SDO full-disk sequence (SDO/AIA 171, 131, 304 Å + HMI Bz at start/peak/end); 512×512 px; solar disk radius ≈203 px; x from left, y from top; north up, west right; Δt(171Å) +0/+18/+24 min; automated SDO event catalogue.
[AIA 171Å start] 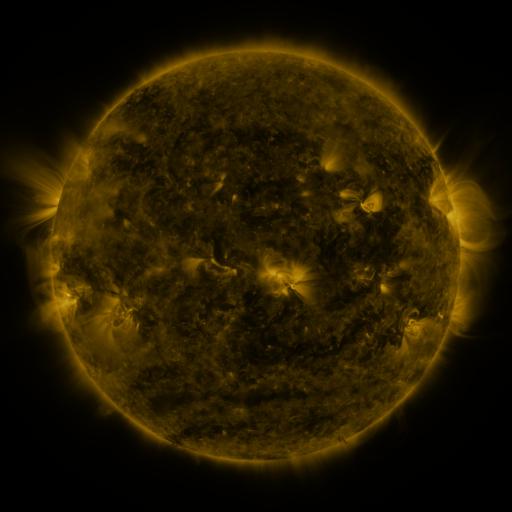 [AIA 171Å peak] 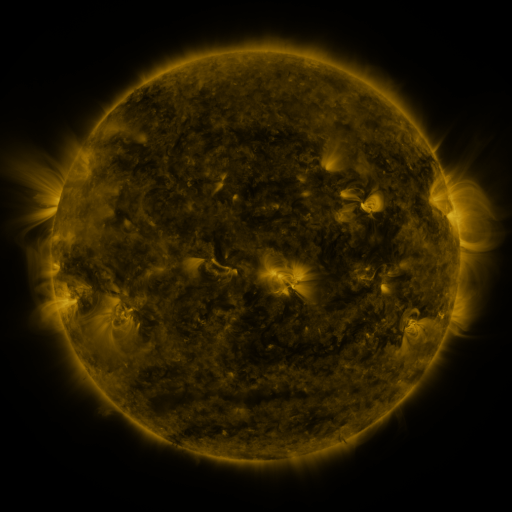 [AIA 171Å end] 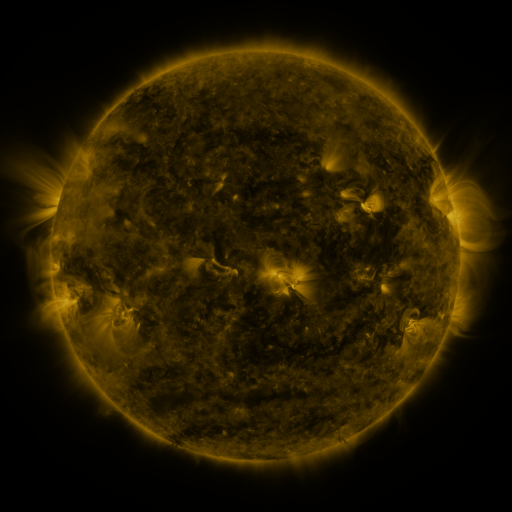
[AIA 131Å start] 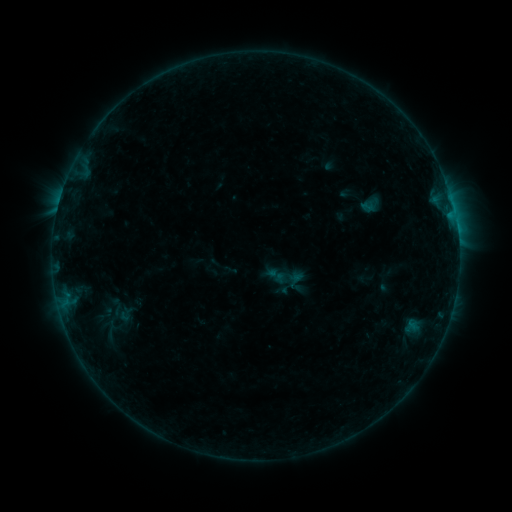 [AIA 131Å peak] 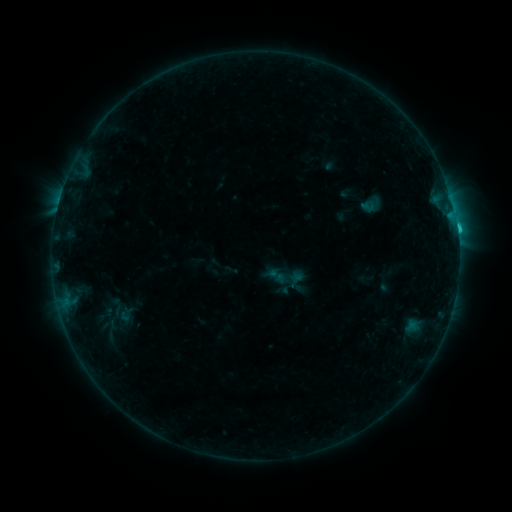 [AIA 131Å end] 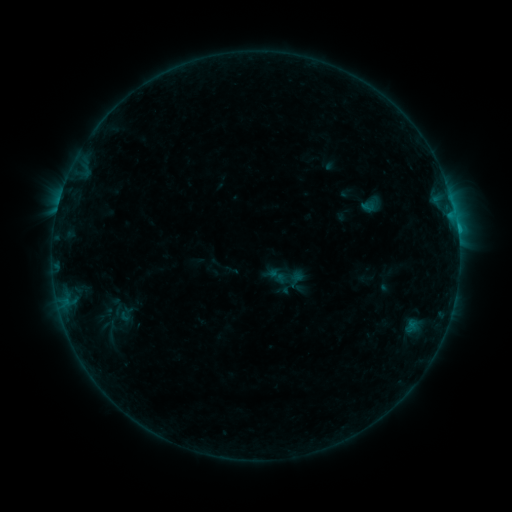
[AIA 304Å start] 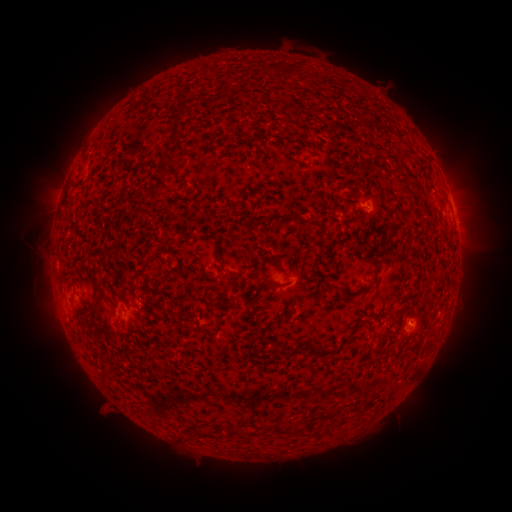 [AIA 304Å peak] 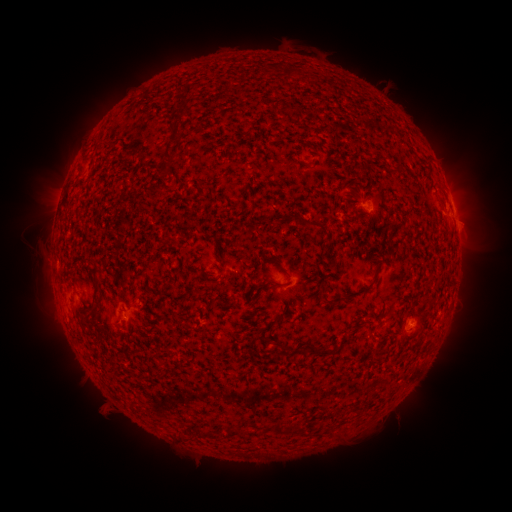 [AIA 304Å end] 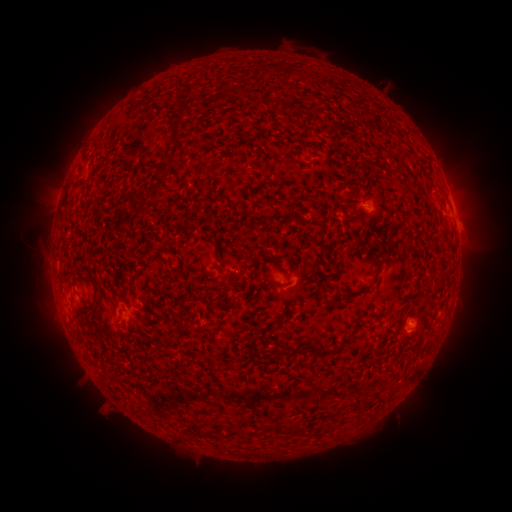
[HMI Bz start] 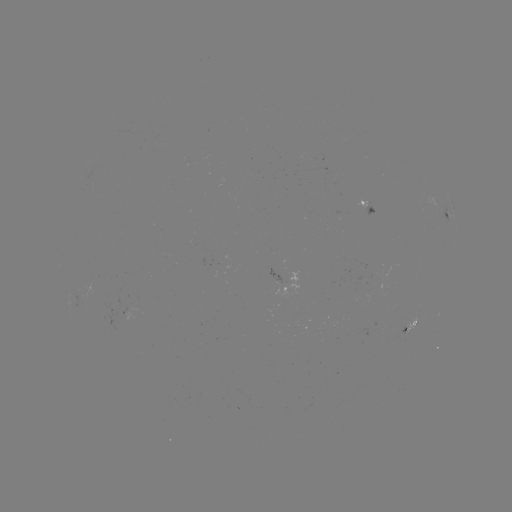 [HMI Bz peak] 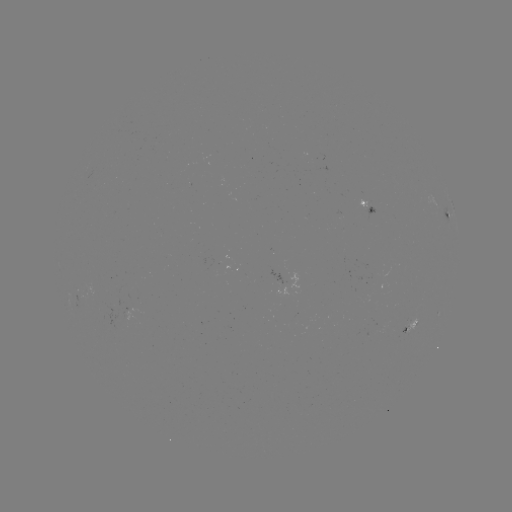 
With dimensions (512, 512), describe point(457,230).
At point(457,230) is C1.2 flare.